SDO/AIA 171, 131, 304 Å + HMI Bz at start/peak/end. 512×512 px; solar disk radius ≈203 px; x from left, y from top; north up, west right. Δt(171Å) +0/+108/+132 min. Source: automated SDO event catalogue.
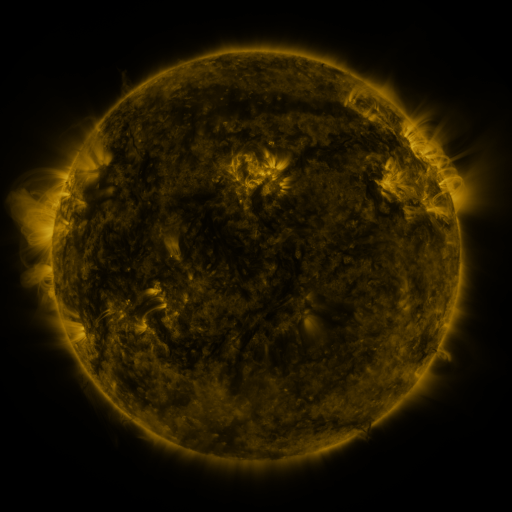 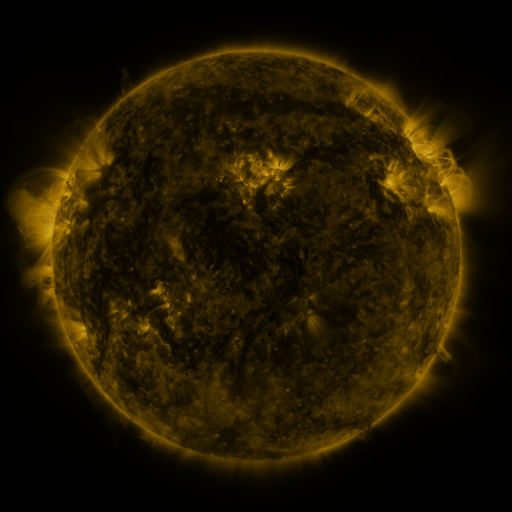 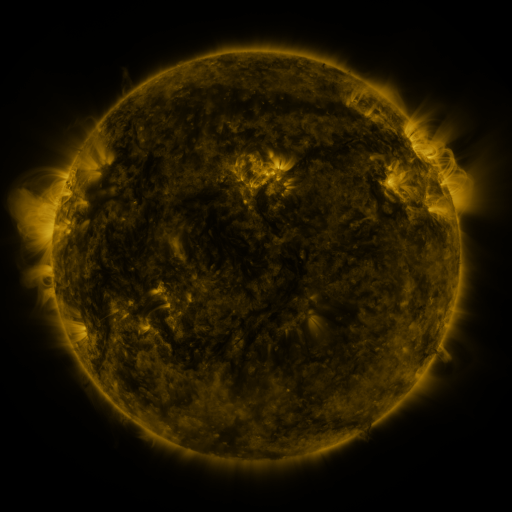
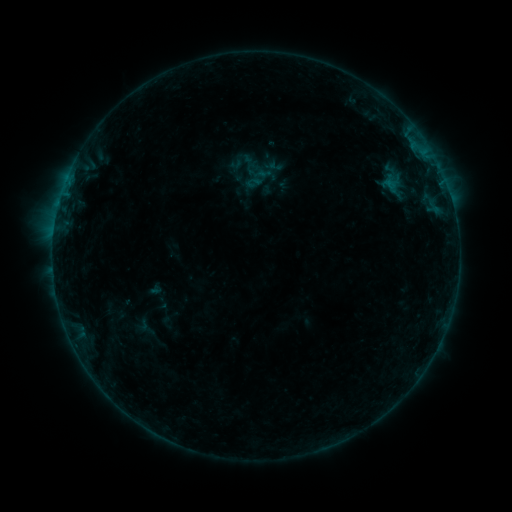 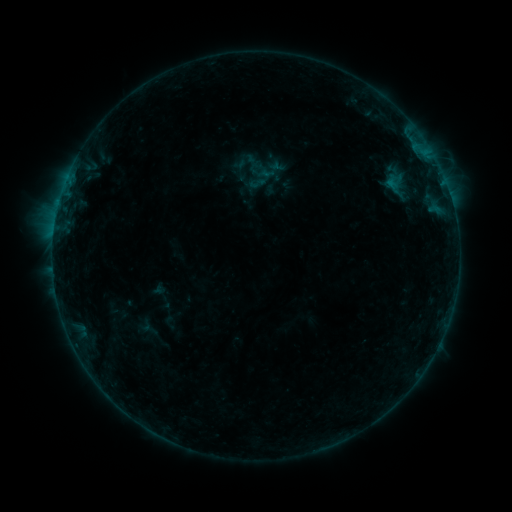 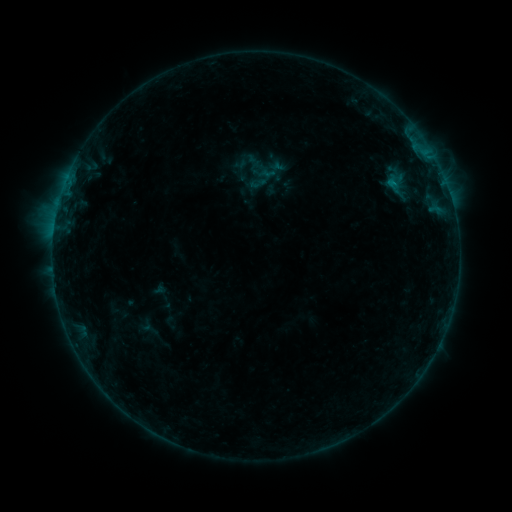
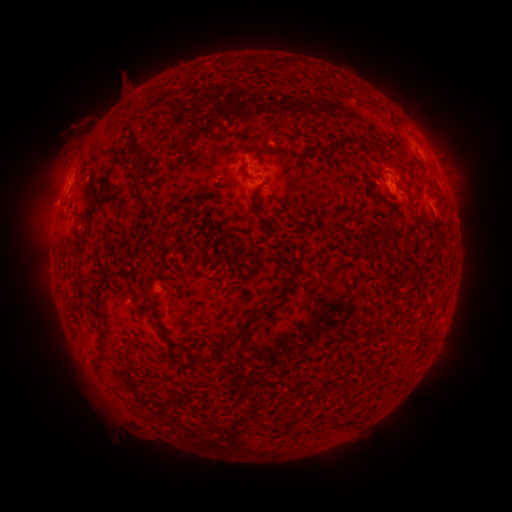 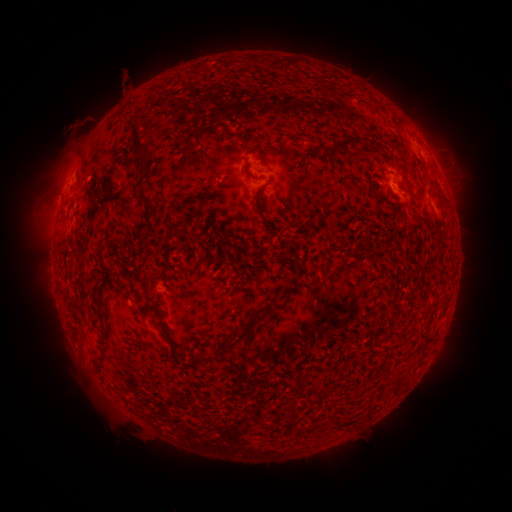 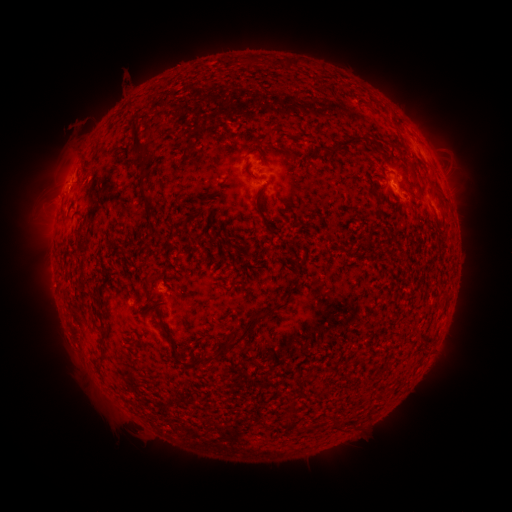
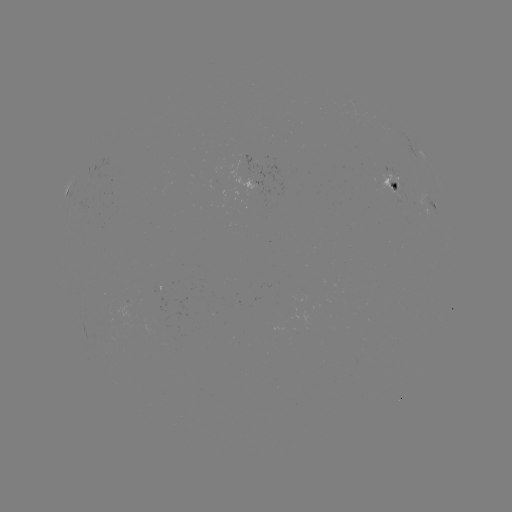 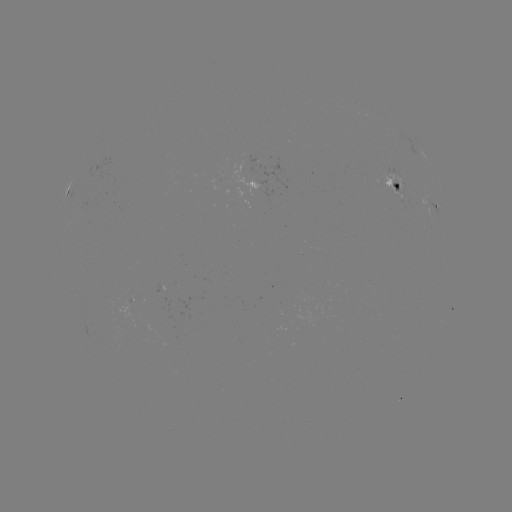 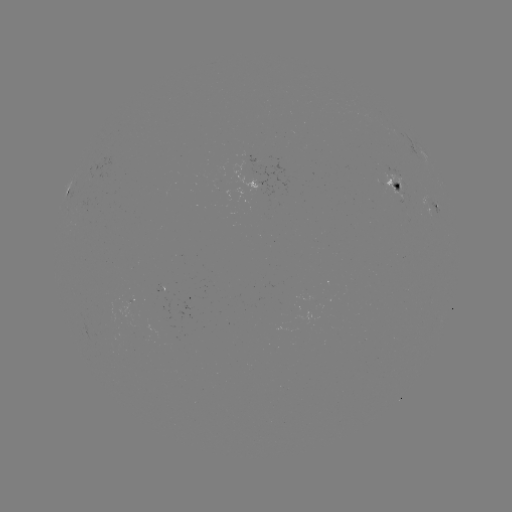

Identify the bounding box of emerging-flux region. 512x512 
[382, 174, 409, 200].